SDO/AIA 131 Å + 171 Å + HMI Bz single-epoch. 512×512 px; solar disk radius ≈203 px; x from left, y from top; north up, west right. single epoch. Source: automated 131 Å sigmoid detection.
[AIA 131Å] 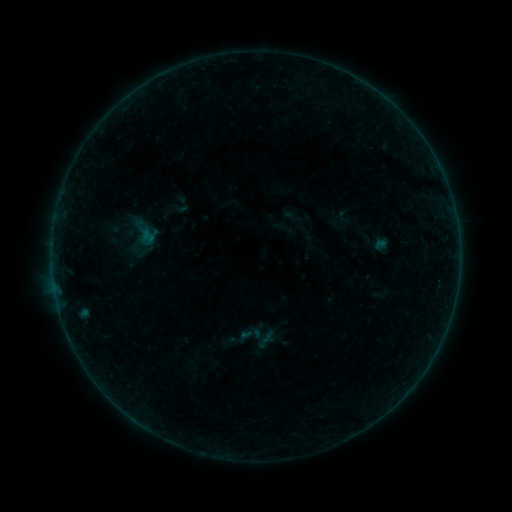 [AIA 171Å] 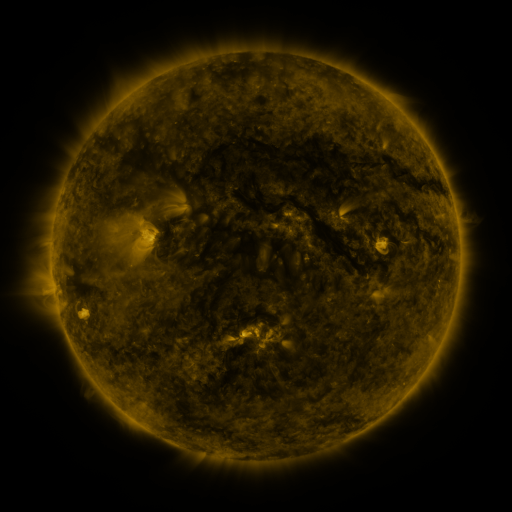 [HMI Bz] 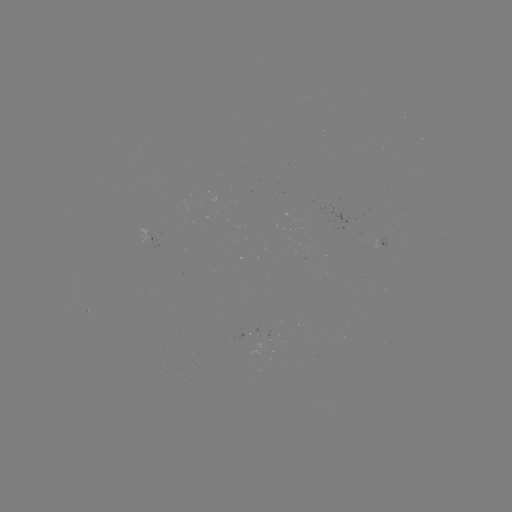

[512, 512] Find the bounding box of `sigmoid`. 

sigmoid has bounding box [236, 321, 263, 348].